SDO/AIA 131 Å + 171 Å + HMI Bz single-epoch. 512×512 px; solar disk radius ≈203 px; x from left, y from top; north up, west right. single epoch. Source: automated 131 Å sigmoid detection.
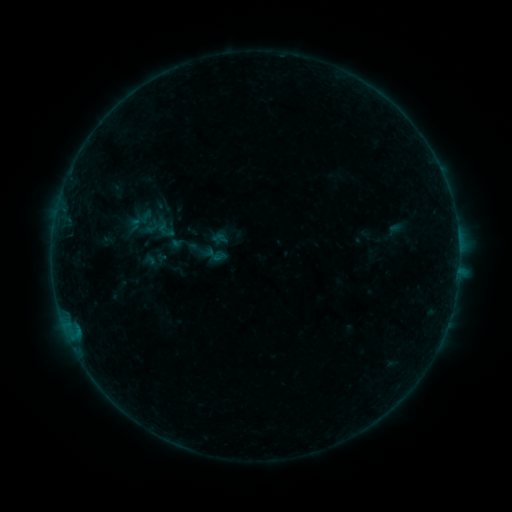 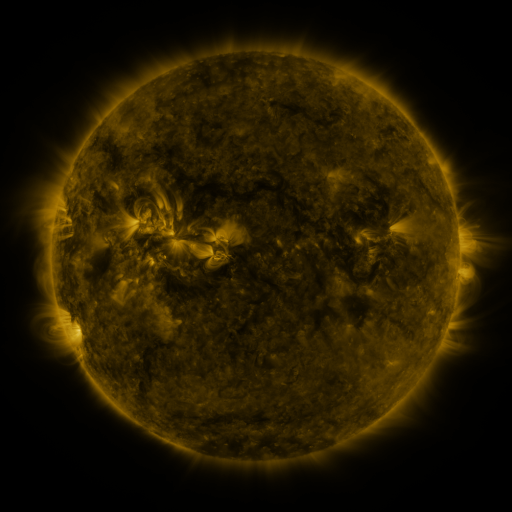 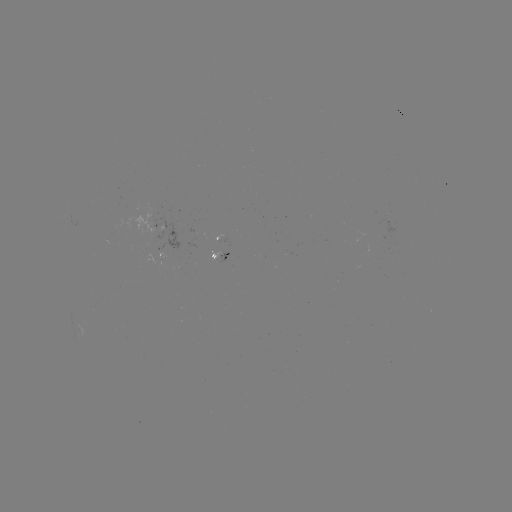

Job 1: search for sigmoid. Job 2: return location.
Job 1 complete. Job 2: [165, 229].